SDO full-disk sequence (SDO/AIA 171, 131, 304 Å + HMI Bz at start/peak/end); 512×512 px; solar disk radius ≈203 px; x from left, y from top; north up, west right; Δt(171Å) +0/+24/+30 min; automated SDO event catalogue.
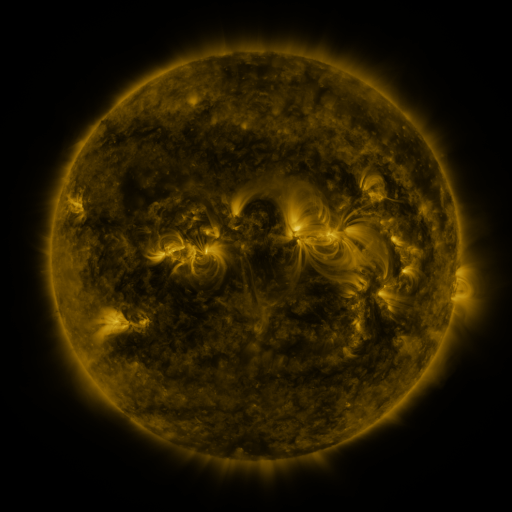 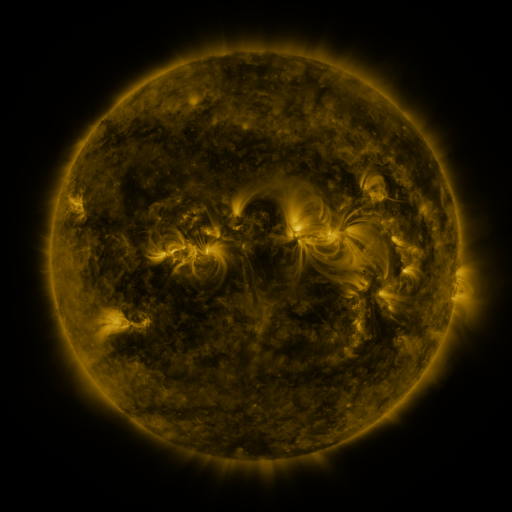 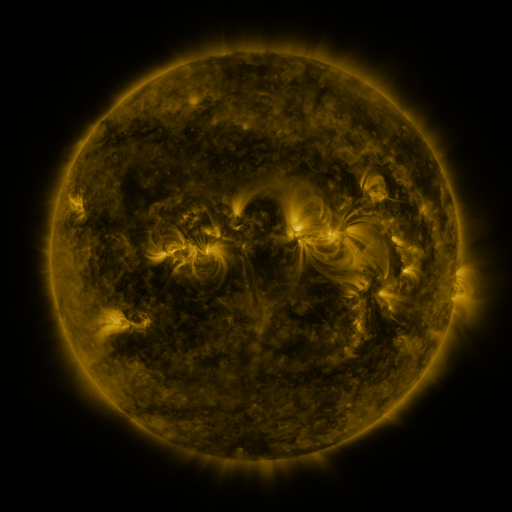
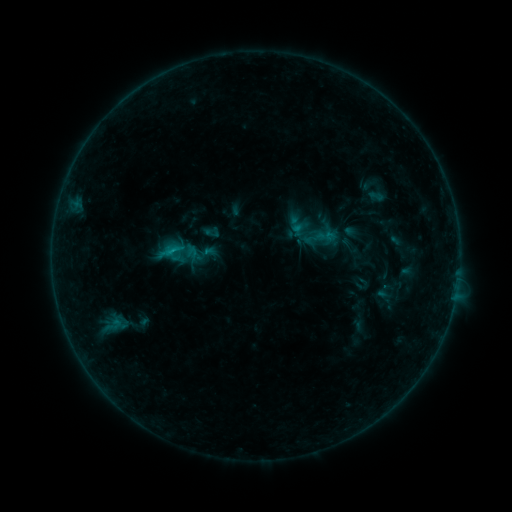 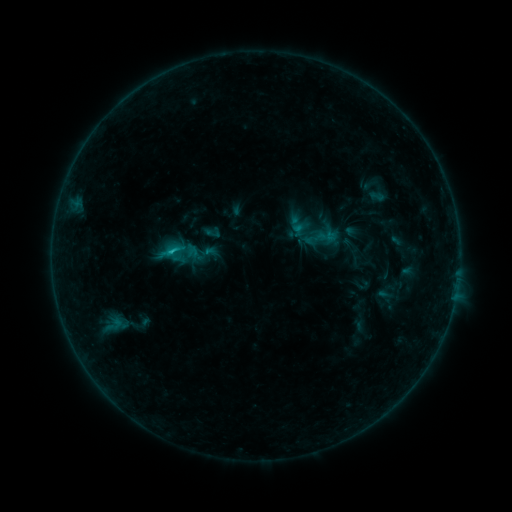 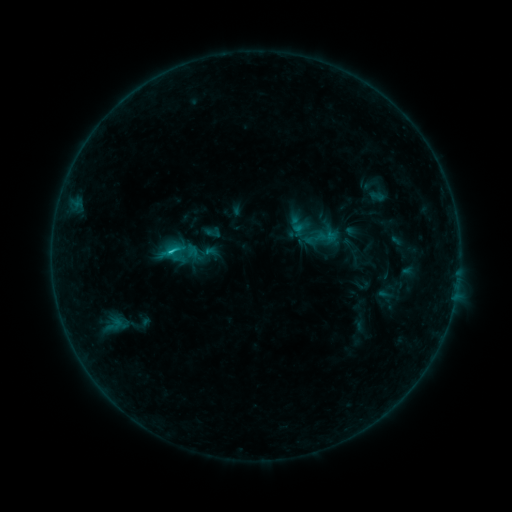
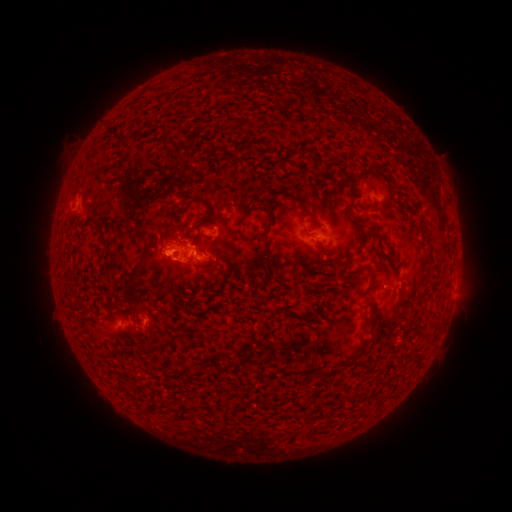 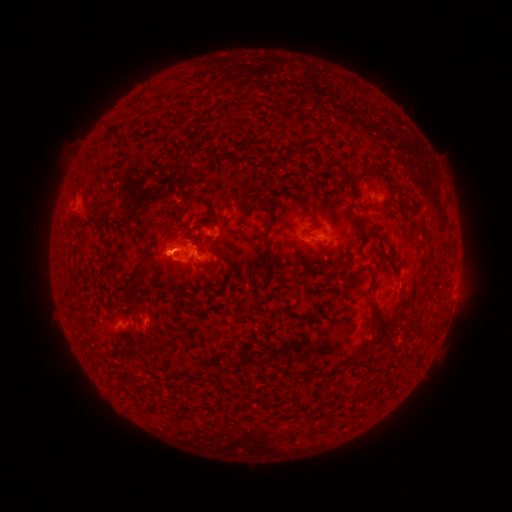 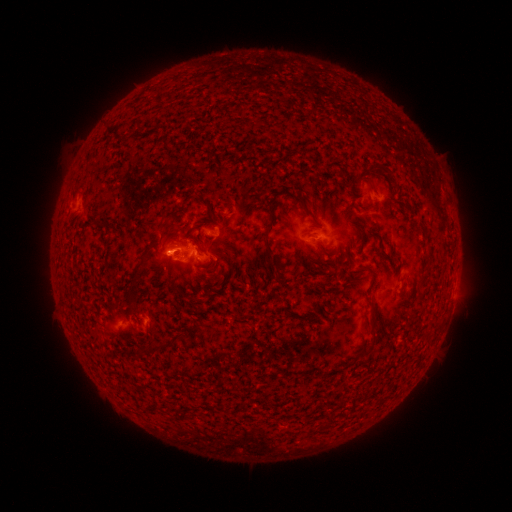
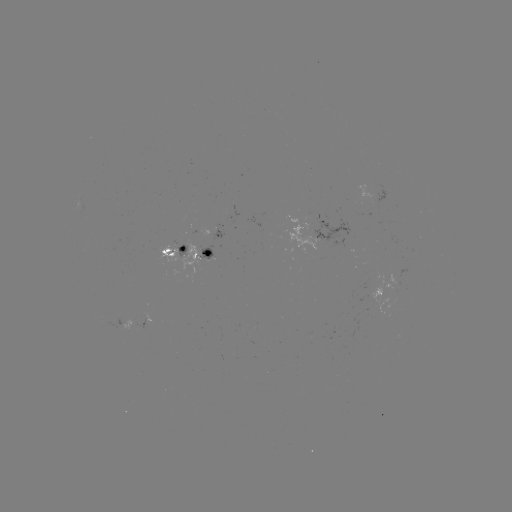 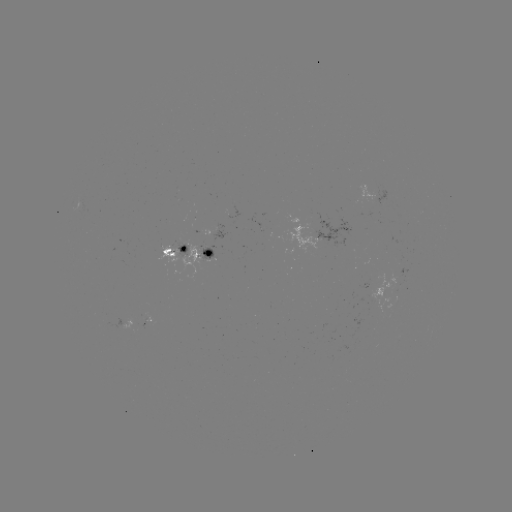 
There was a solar flare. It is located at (173, 252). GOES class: C1.0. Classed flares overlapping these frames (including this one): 1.